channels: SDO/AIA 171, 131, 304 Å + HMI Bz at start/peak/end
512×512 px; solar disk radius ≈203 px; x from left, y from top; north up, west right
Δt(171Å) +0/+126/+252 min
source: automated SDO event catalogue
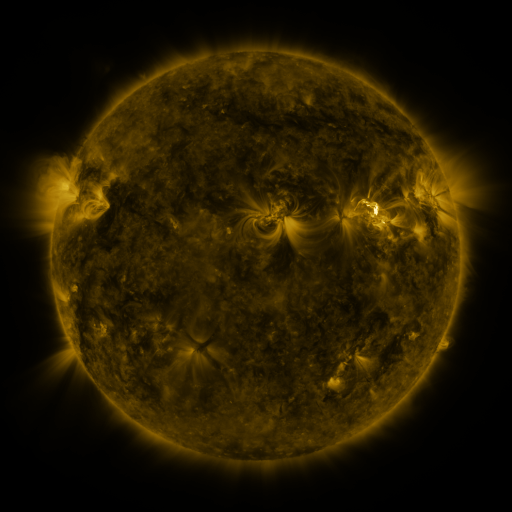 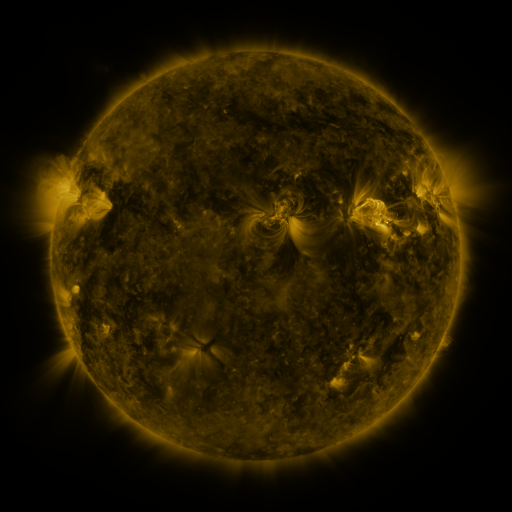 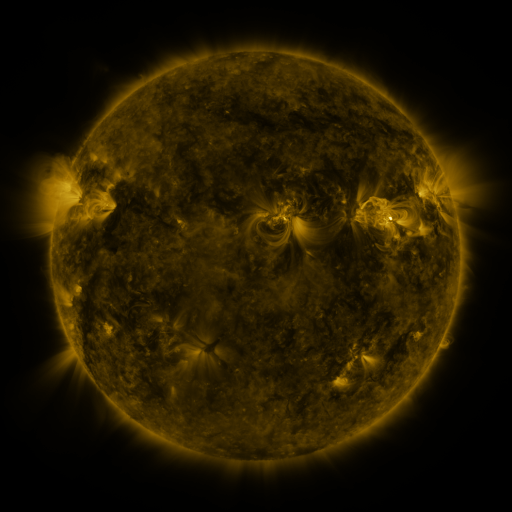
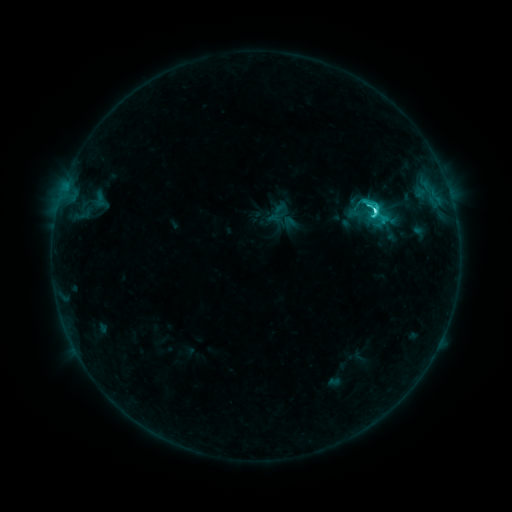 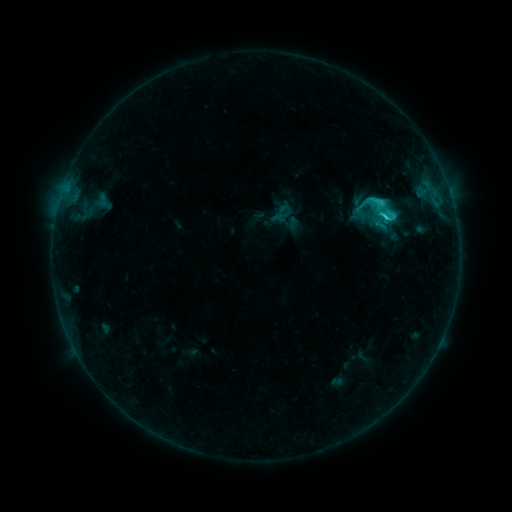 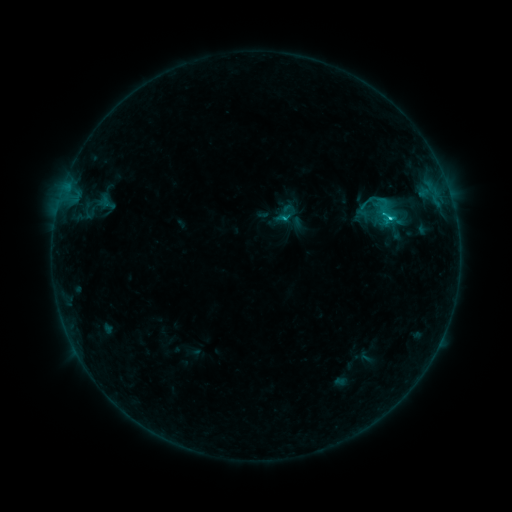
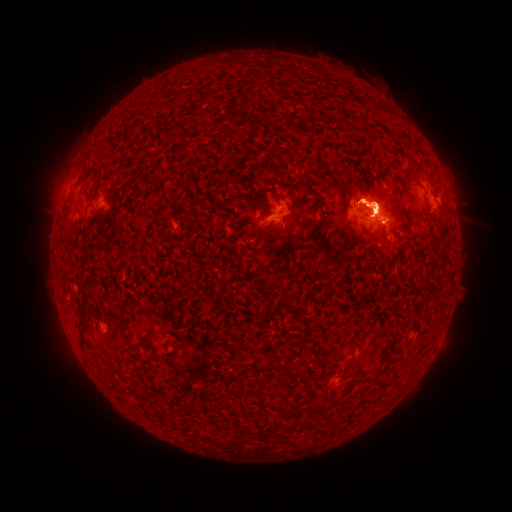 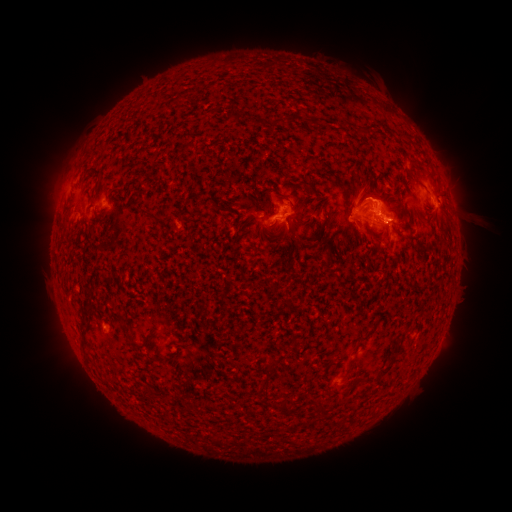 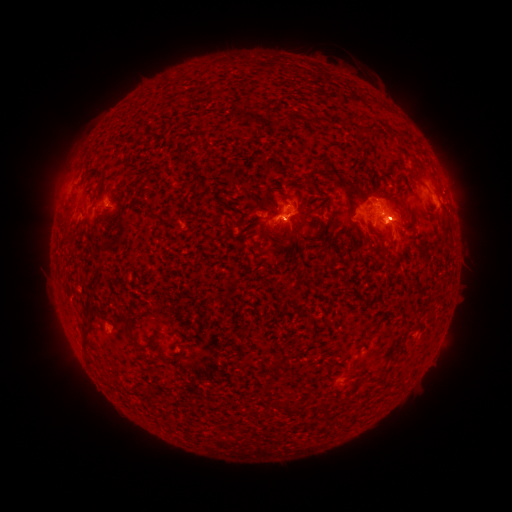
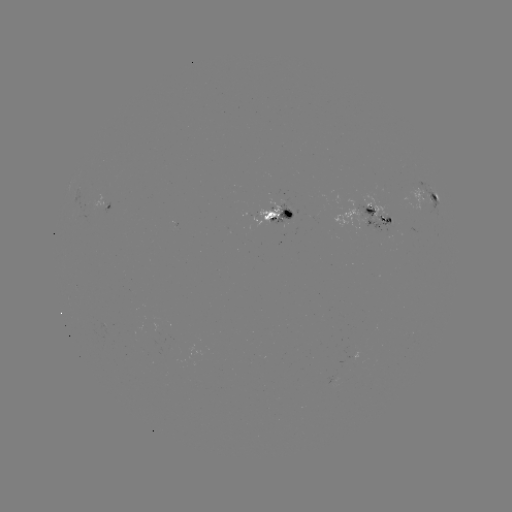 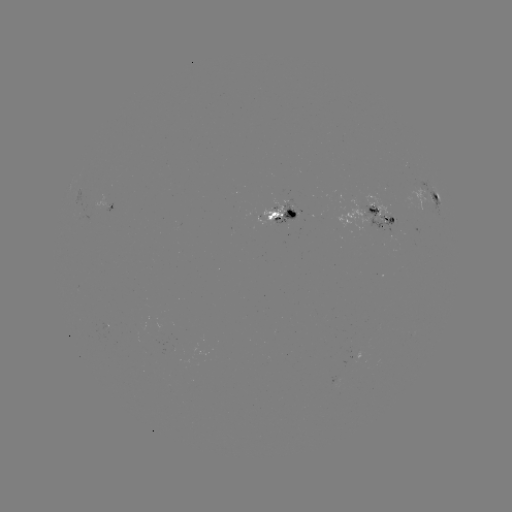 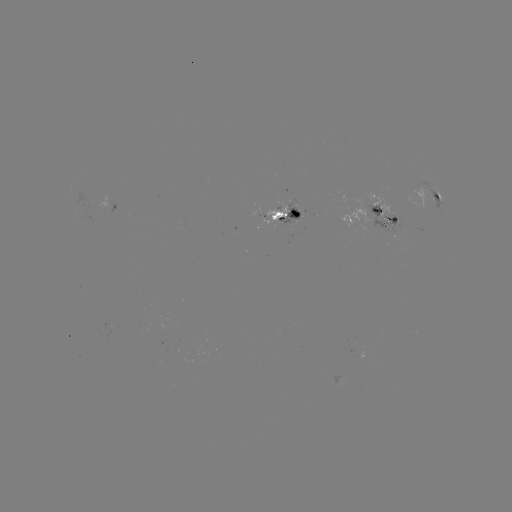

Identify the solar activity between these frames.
filament eruption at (369, 157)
